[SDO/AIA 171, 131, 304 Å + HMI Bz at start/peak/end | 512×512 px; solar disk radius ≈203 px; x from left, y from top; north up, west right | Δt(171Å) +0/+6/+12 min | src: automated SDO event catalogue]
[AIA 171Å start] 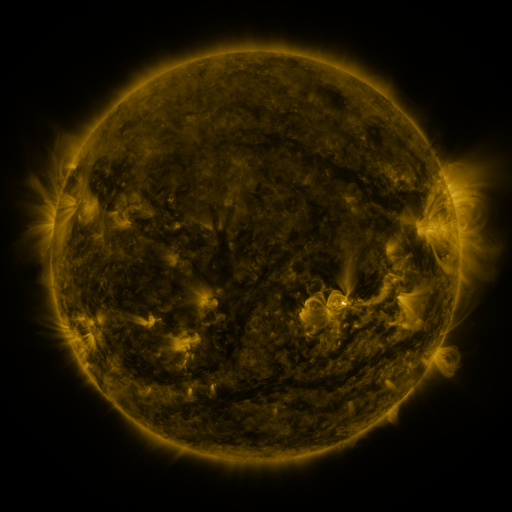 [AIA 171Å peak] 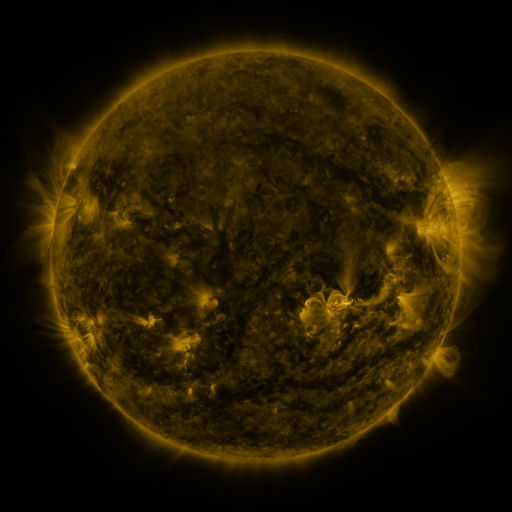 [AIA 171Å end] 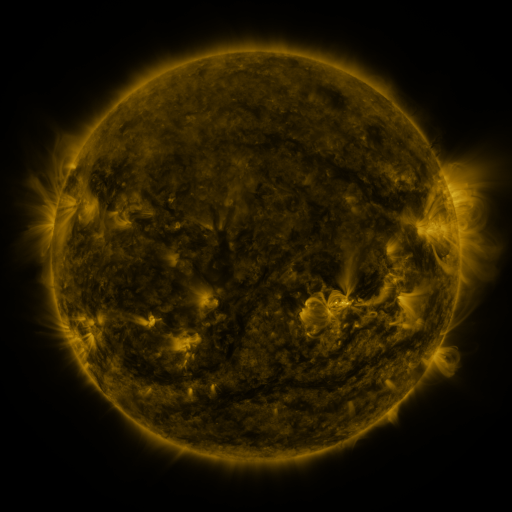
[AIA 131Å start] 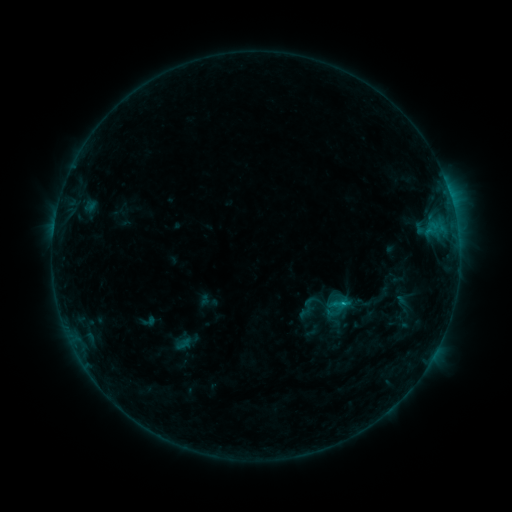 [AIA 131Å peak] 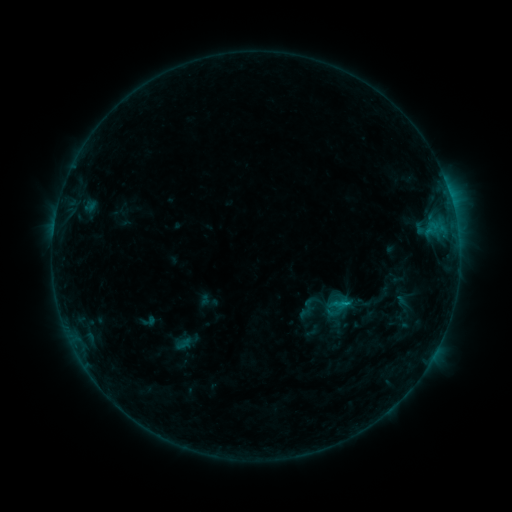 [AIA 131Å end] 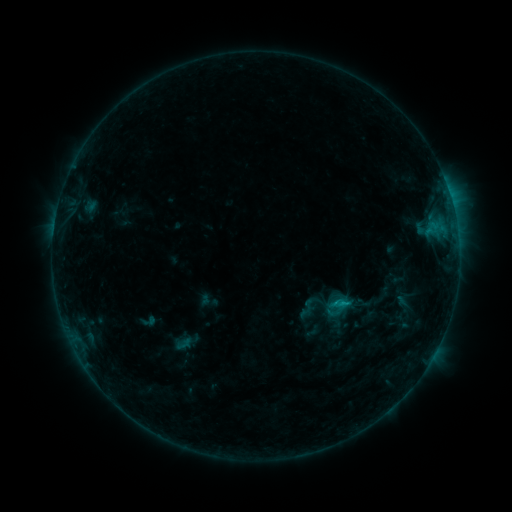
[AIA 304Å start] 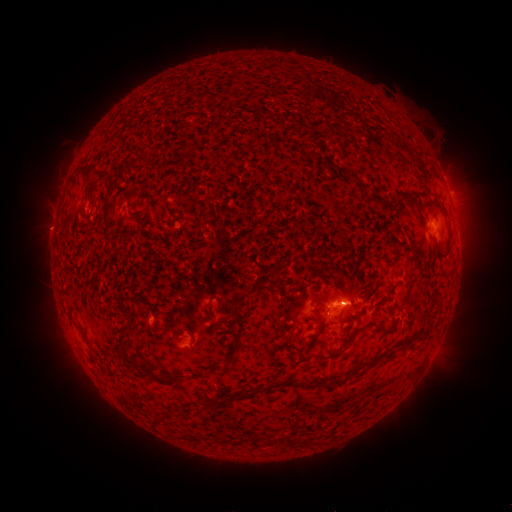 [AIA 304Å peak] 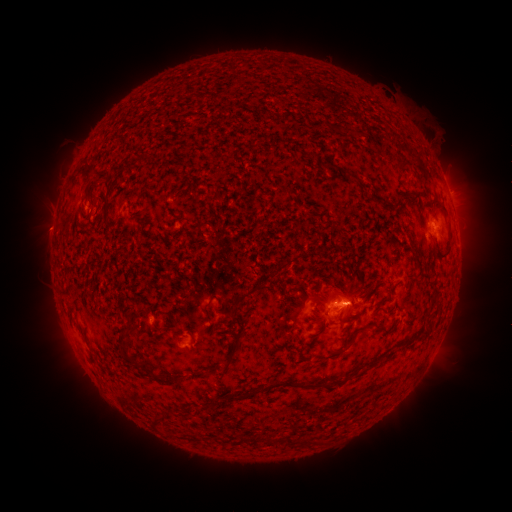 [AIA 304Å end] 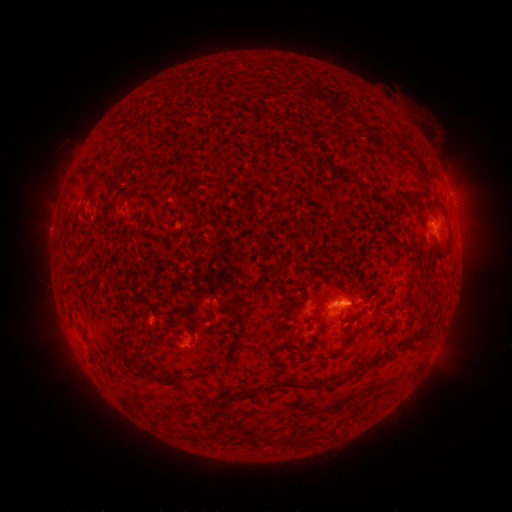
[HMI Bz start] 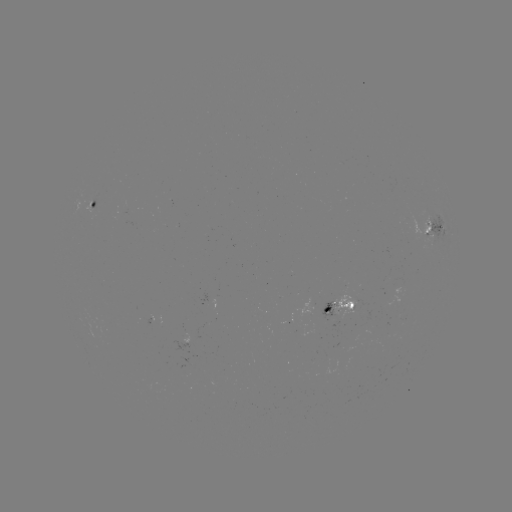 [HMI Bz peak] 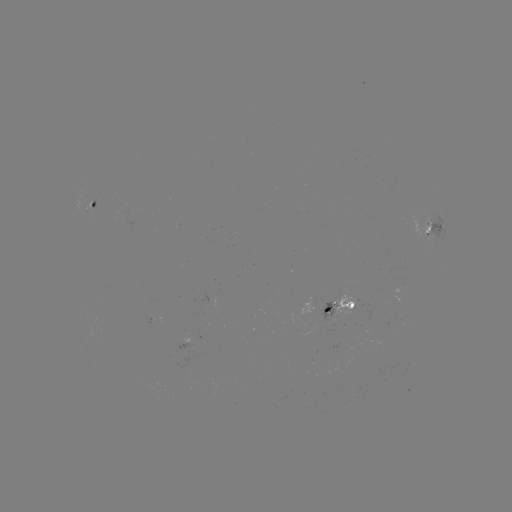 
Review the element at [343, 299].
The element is B9.0 flare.